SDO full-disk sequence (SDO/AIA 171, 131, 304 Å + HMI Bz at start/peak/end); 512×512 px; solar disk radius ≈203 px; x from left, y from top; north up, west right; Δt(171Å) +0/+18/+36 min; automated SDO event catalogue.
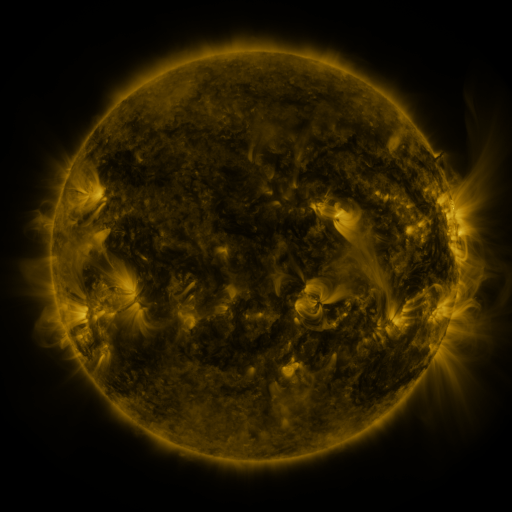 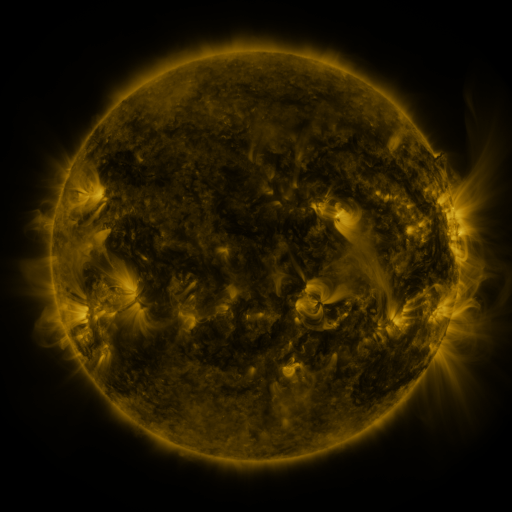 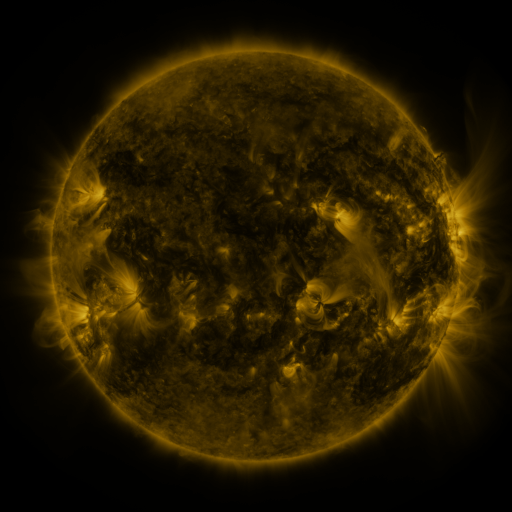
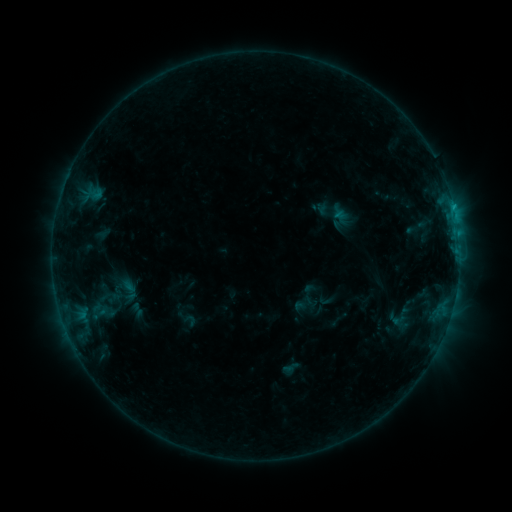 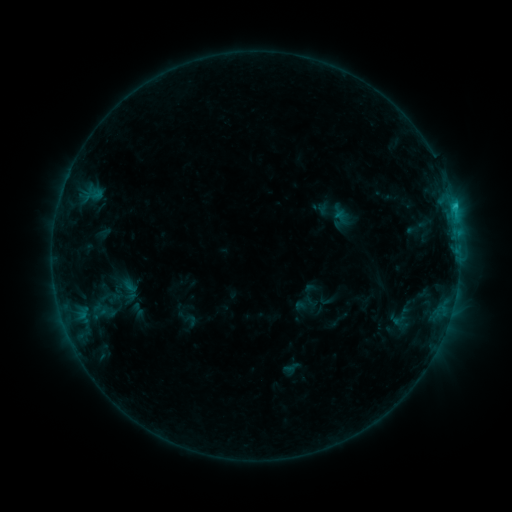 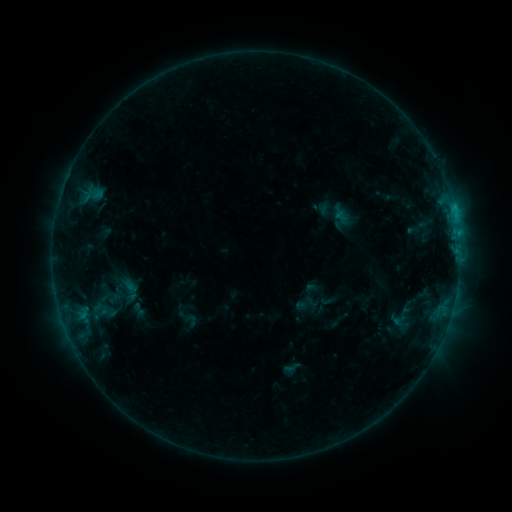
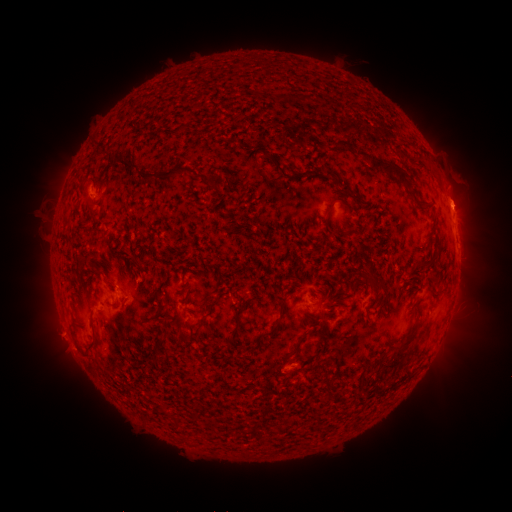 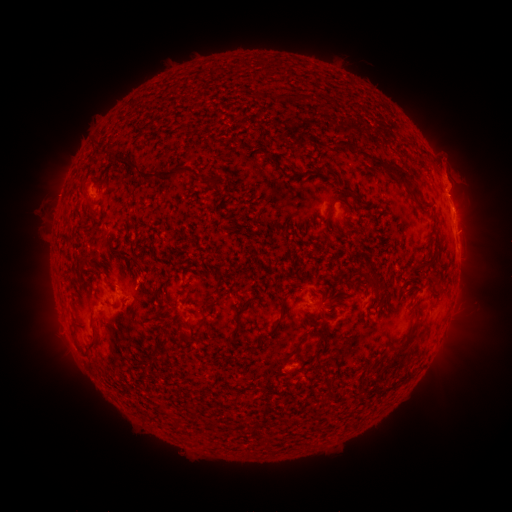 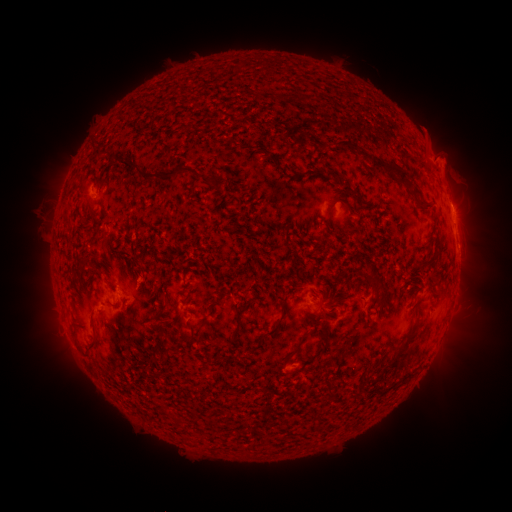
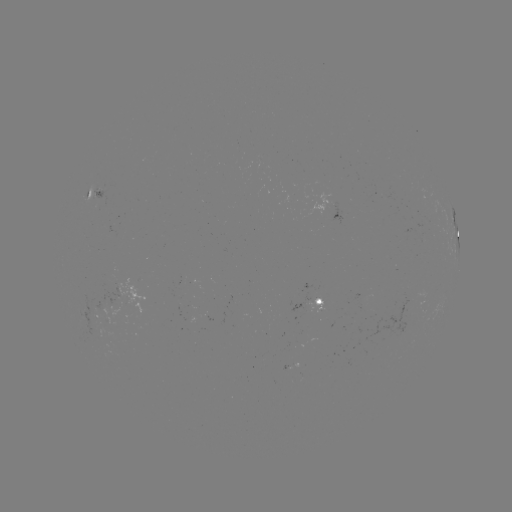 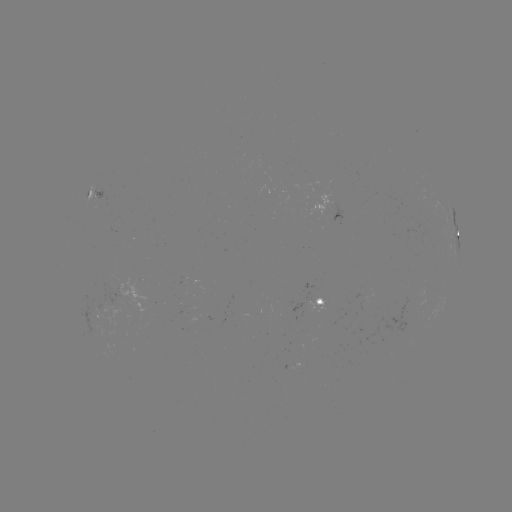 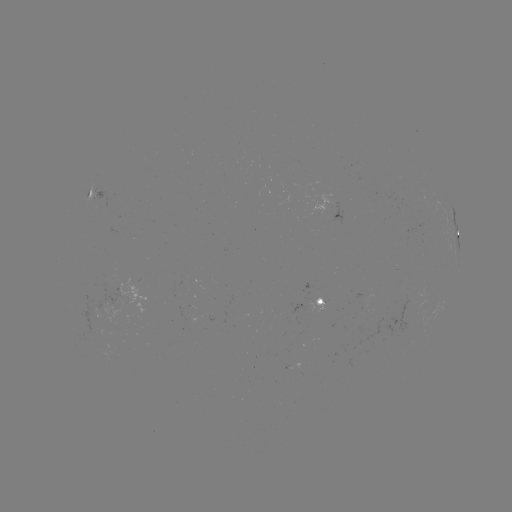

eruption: [415, 122, 490, 277]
